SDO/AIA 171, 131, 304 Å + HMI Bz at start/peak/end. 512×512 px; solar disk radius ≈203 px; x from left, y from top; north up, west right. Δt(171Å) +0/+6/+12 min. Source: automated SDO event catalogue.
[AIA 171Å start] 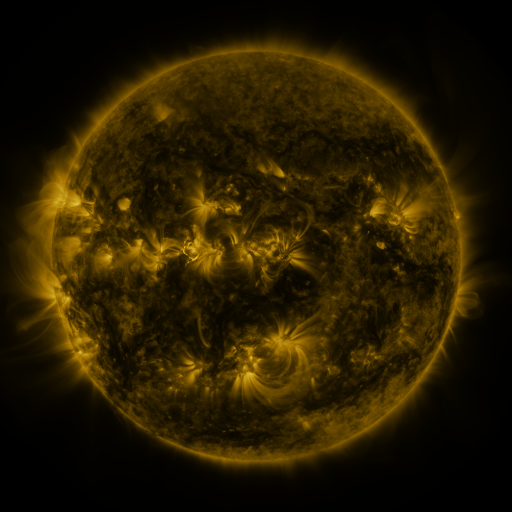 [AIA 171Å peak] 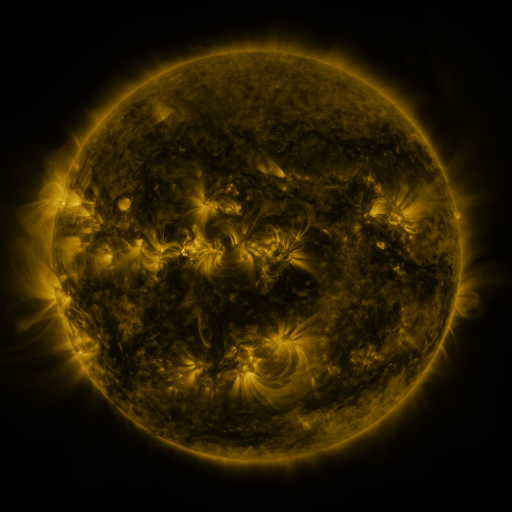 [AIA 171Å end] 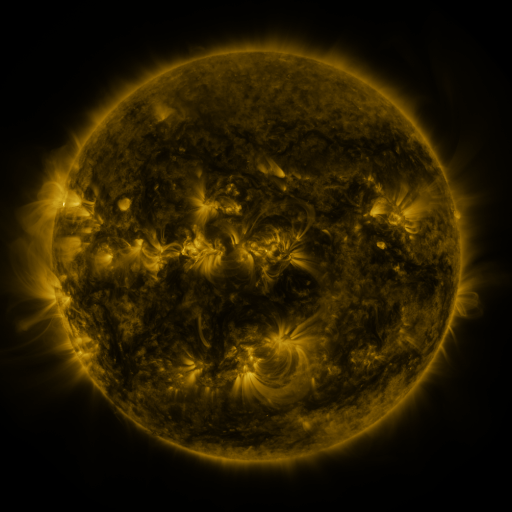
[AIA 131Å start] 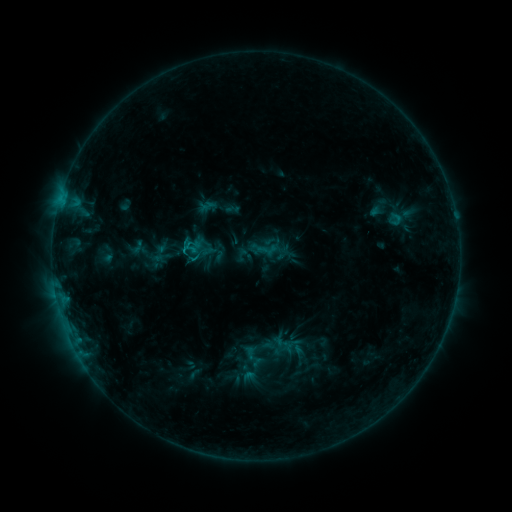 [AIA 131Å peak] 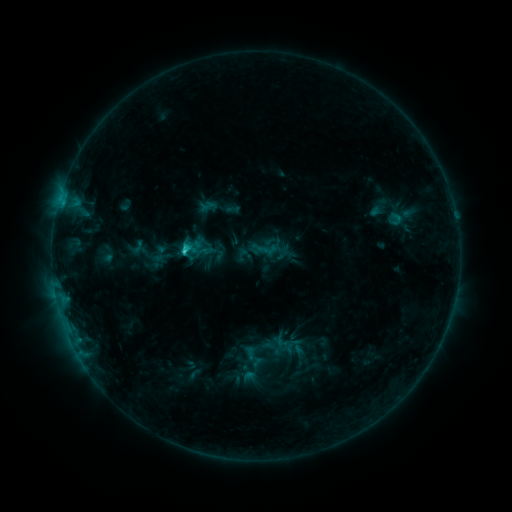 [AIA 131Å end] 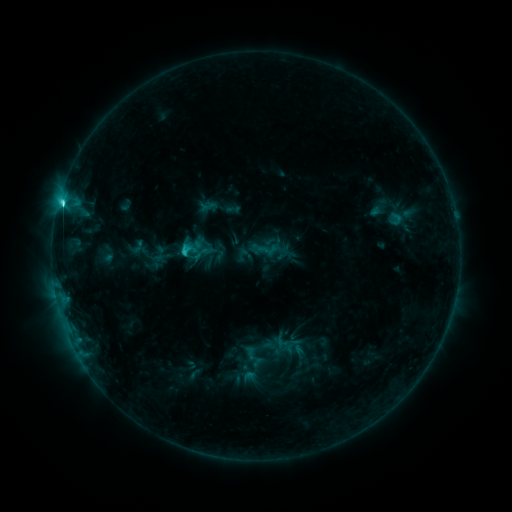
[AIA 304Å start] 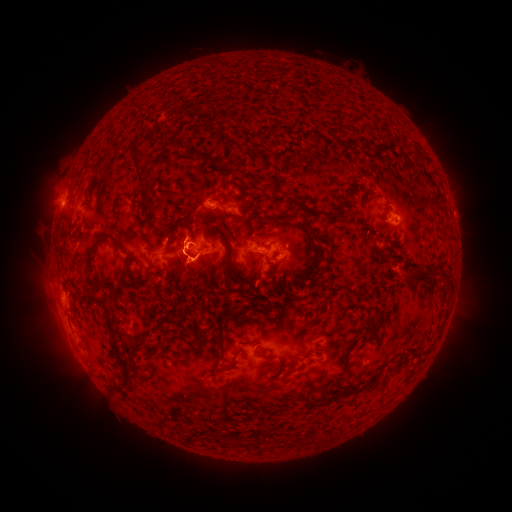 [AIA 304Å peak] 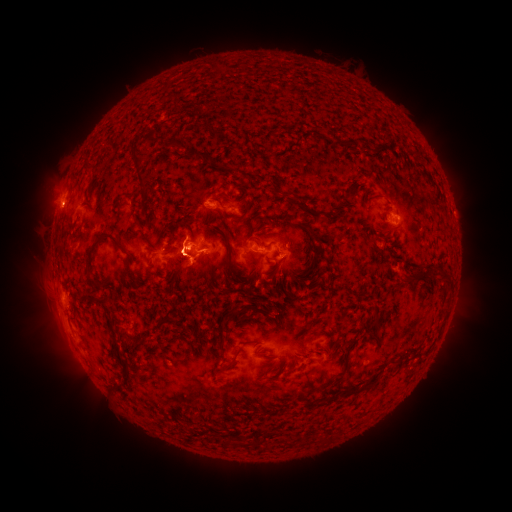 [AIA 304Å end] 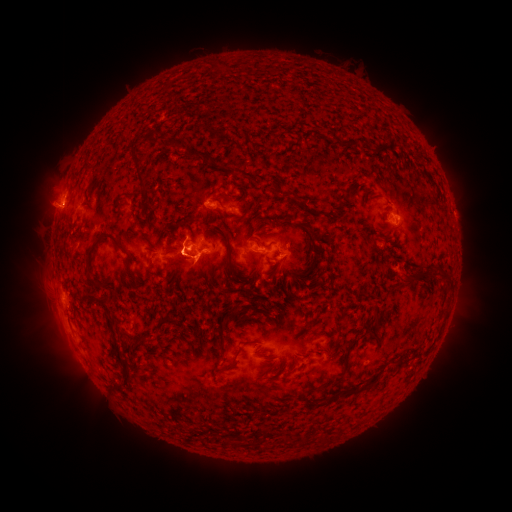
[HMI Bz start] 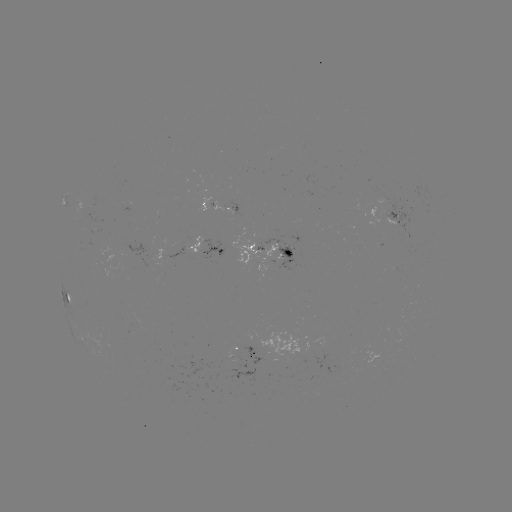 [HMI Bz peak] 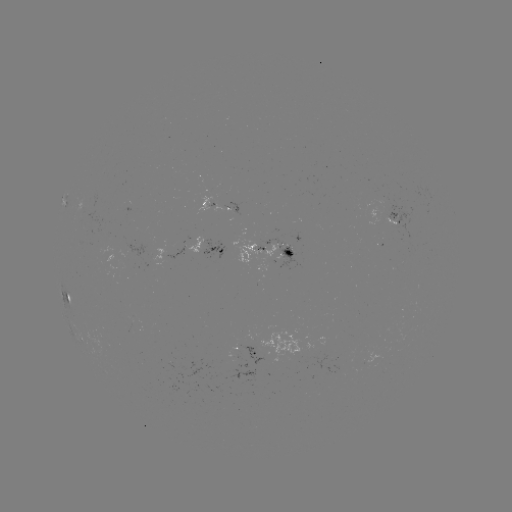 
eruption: (12, 147, 111, 245)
